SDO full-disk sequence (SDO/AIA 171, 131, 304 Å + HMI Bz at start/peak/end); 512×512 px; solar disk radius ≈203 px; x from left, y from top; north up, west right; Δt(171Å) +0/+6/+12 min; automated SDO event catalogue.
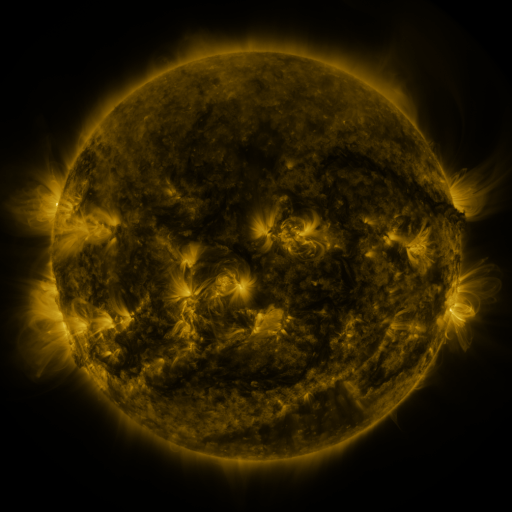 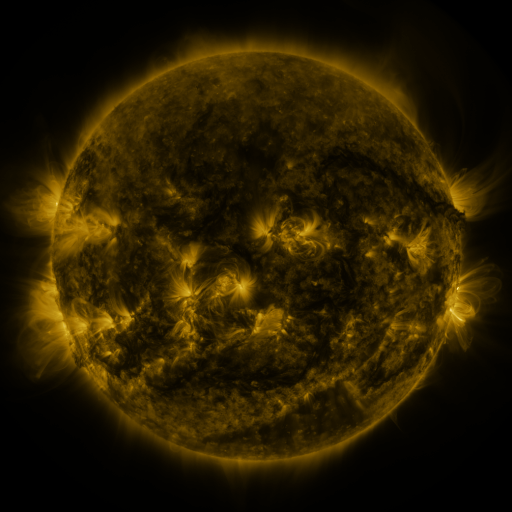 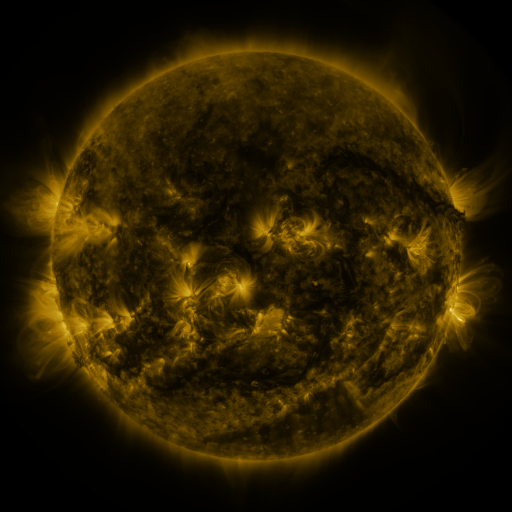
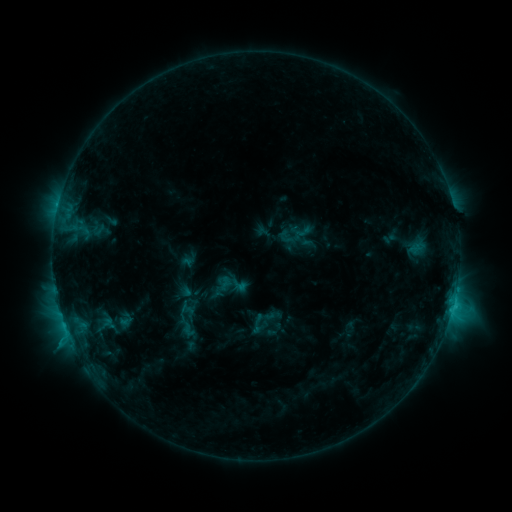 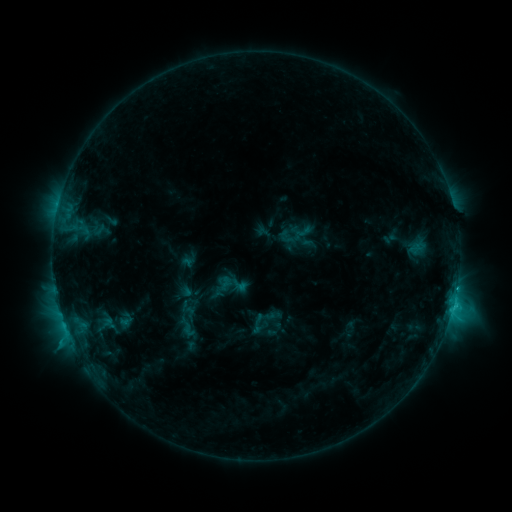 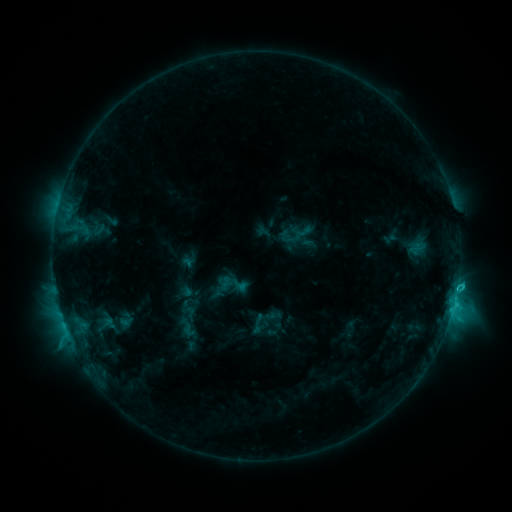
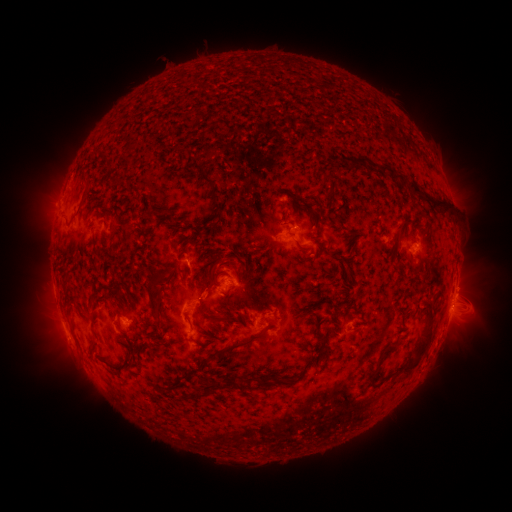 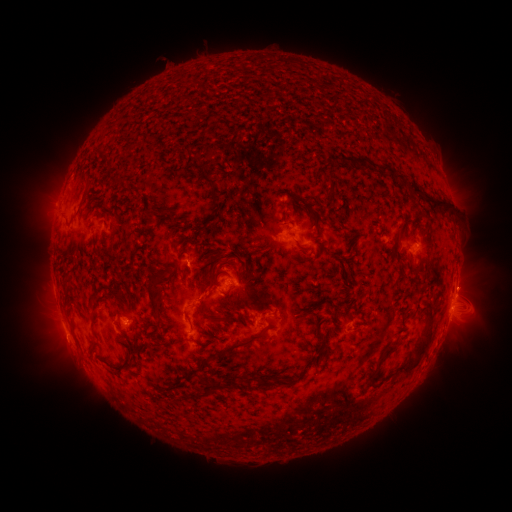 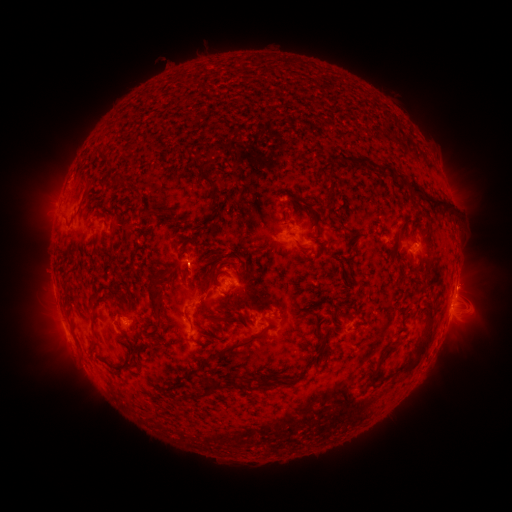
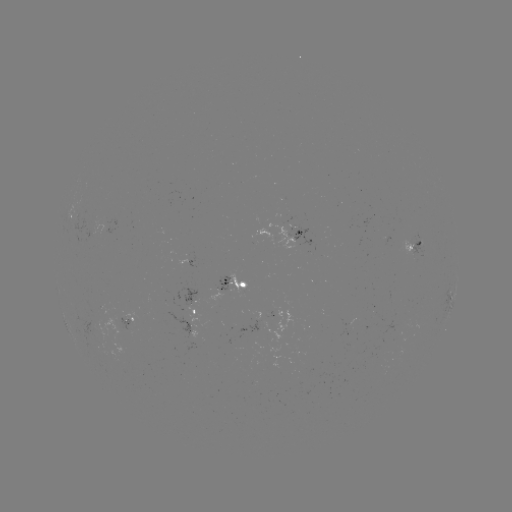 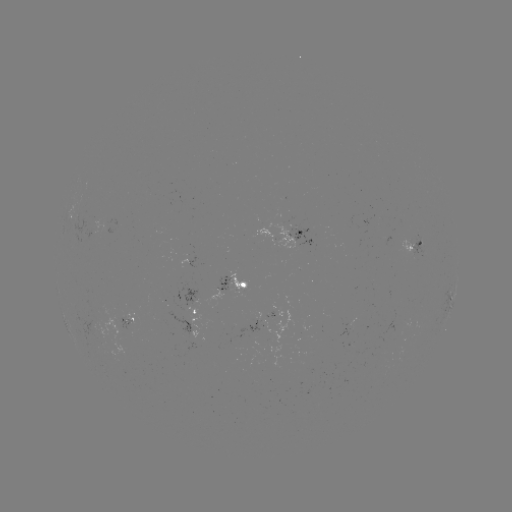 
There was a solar eruption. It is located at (468, 277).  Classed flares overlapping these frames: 1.